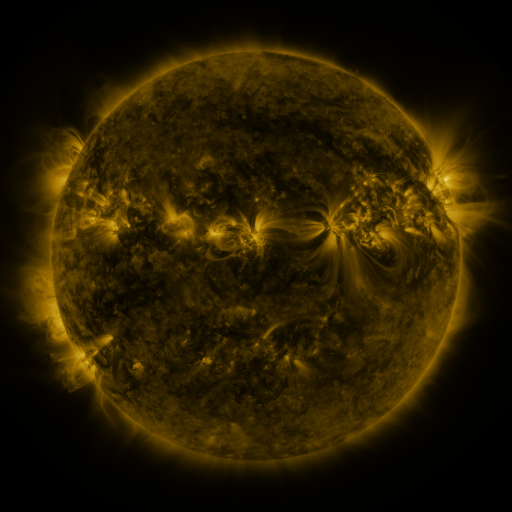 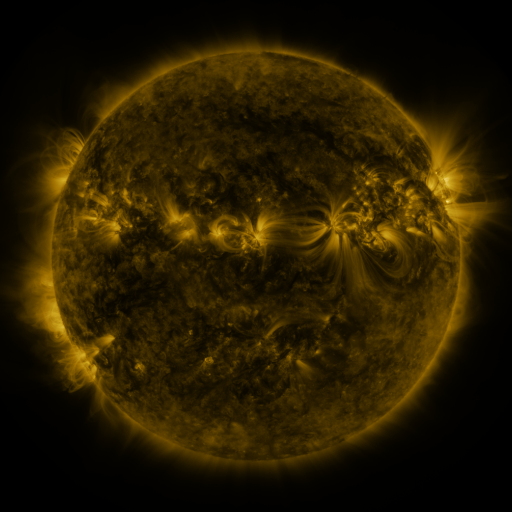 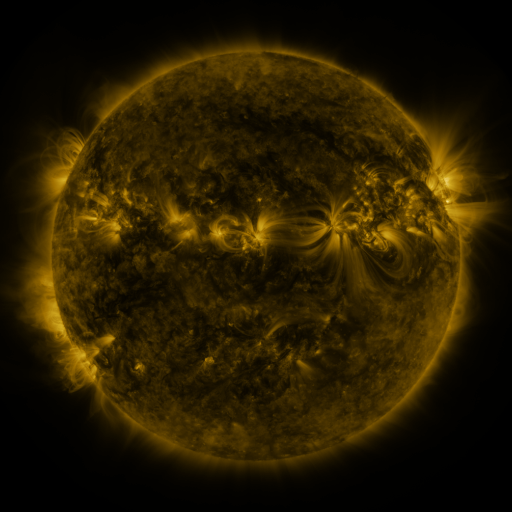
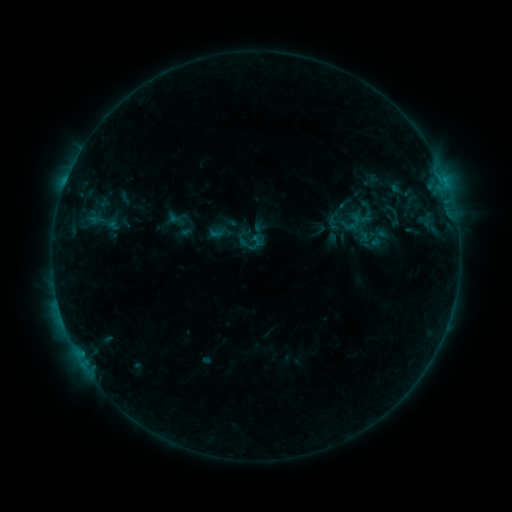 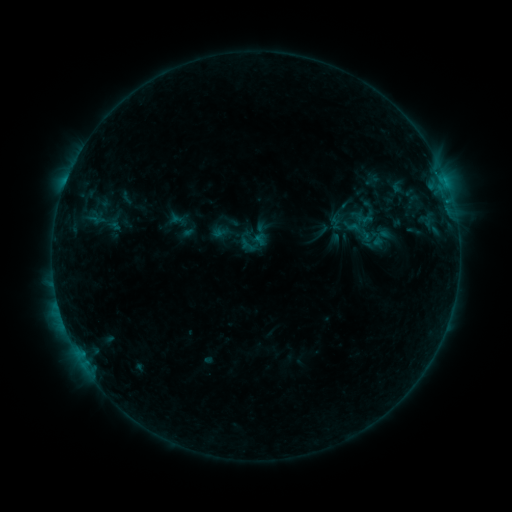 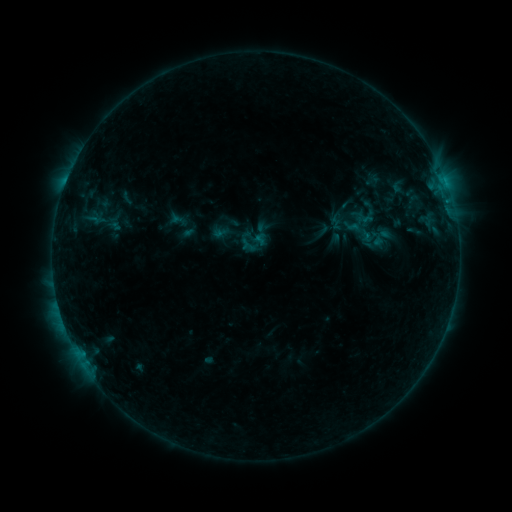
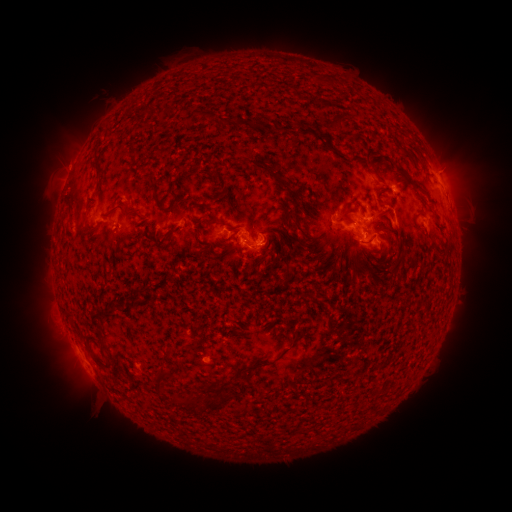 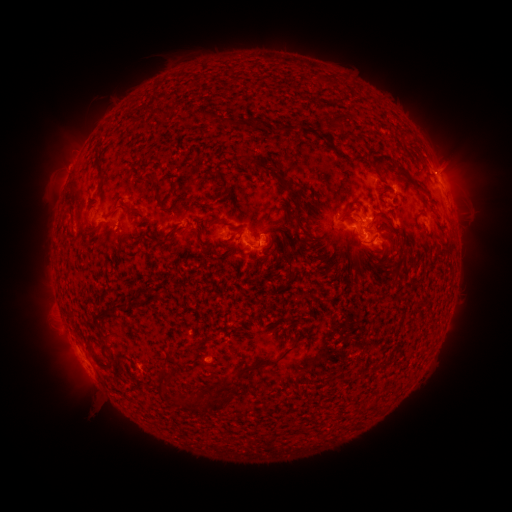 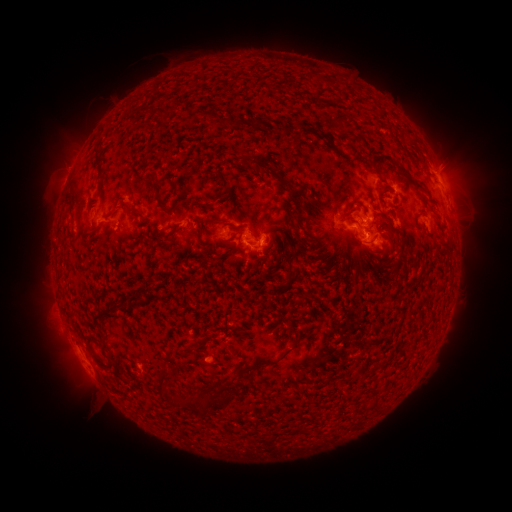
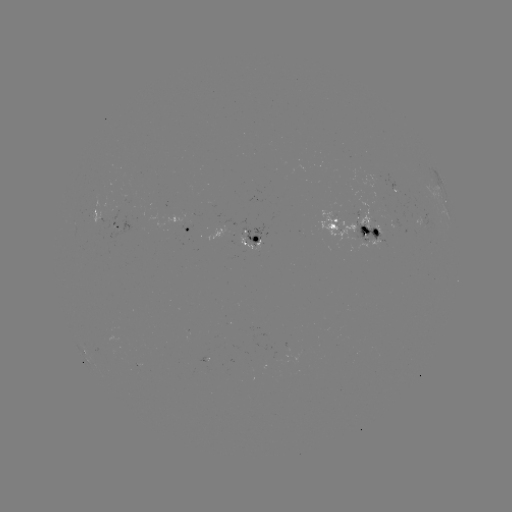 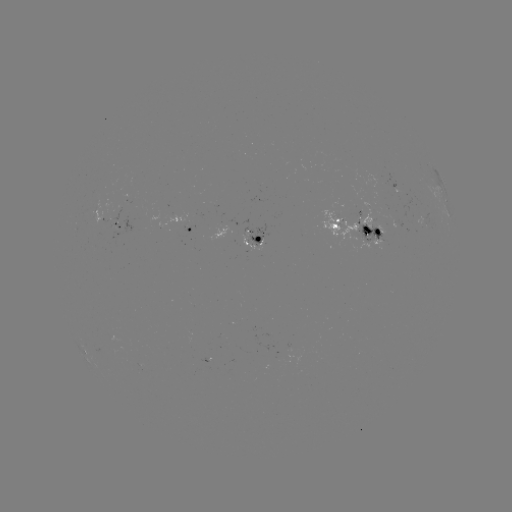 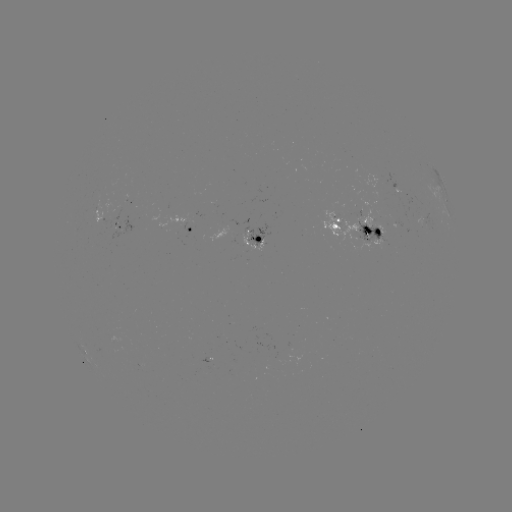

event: emerging-flux region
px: (365, 225)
